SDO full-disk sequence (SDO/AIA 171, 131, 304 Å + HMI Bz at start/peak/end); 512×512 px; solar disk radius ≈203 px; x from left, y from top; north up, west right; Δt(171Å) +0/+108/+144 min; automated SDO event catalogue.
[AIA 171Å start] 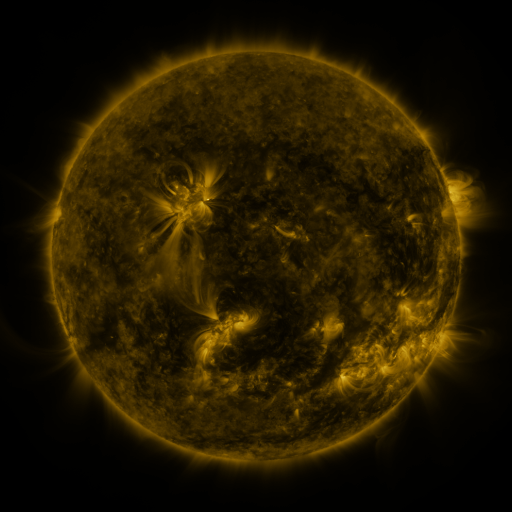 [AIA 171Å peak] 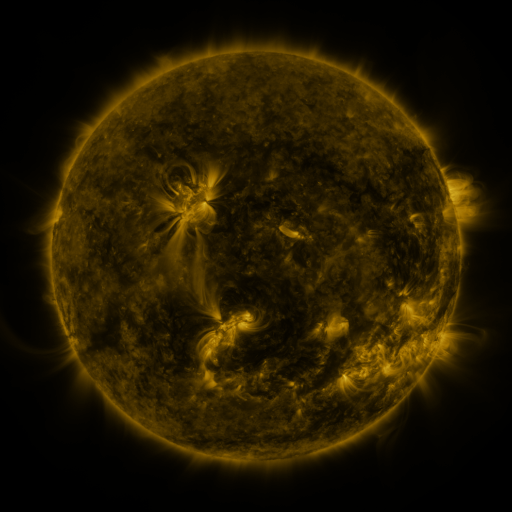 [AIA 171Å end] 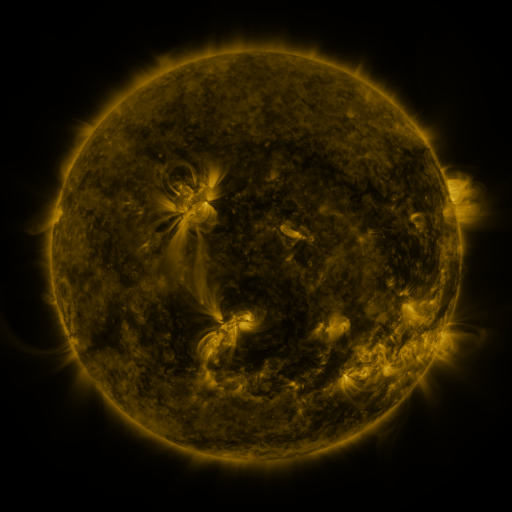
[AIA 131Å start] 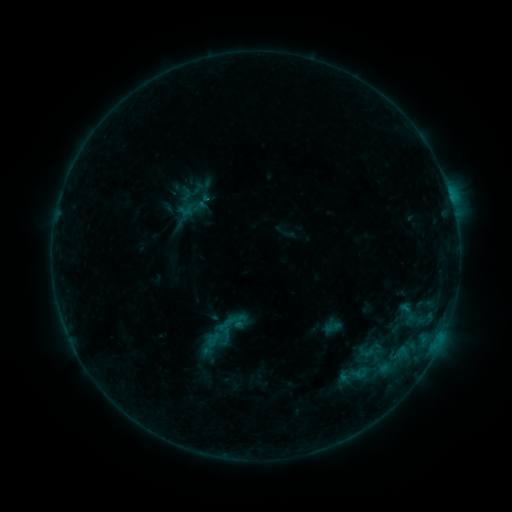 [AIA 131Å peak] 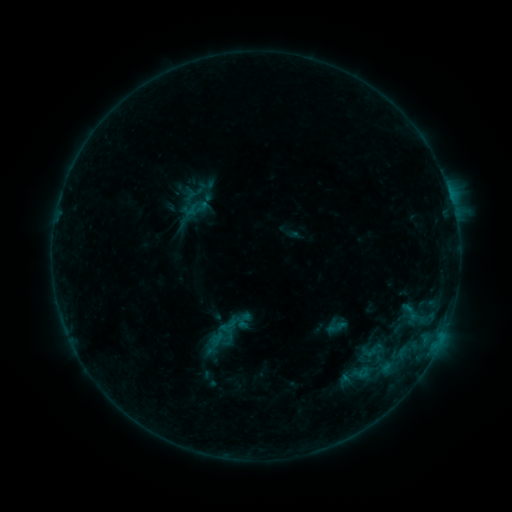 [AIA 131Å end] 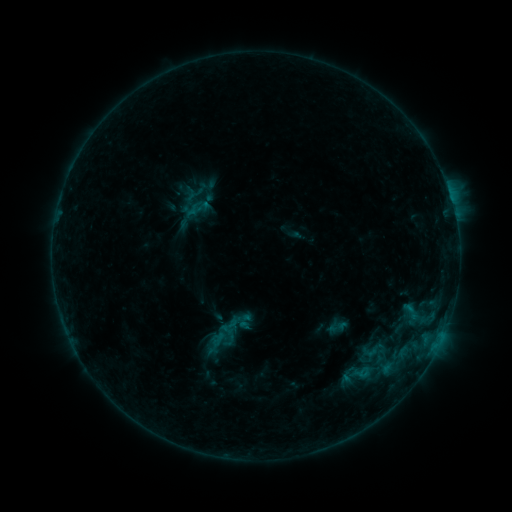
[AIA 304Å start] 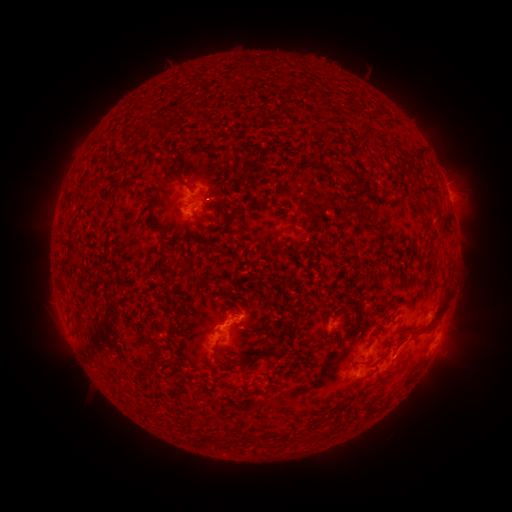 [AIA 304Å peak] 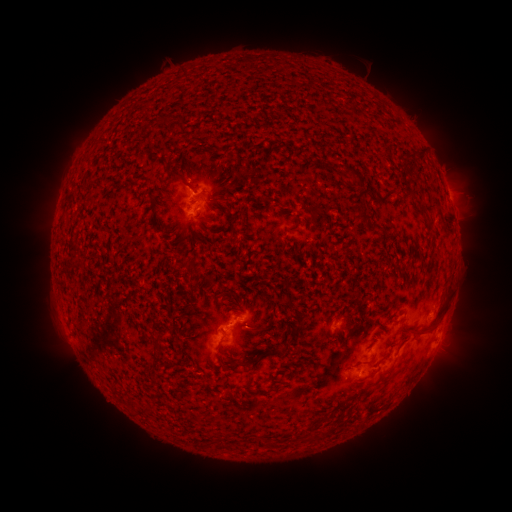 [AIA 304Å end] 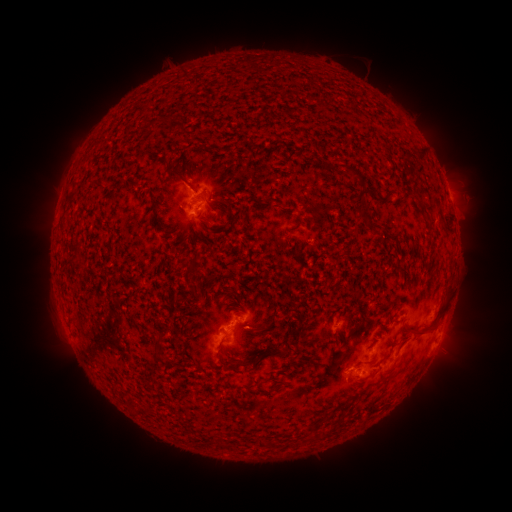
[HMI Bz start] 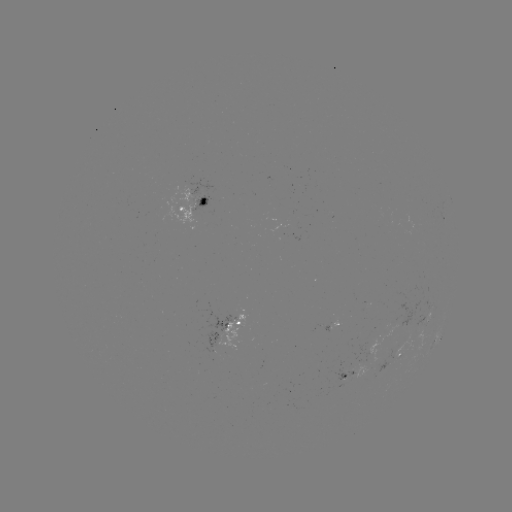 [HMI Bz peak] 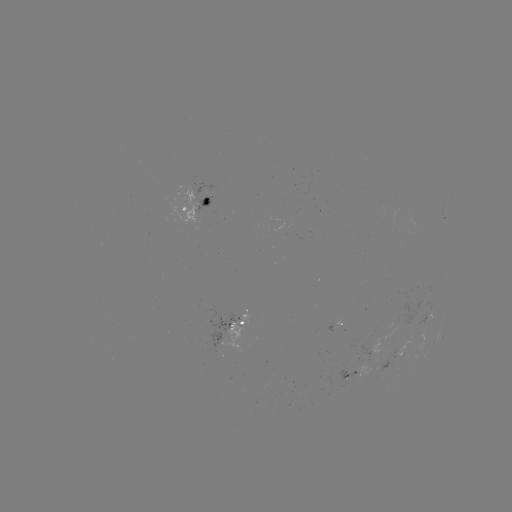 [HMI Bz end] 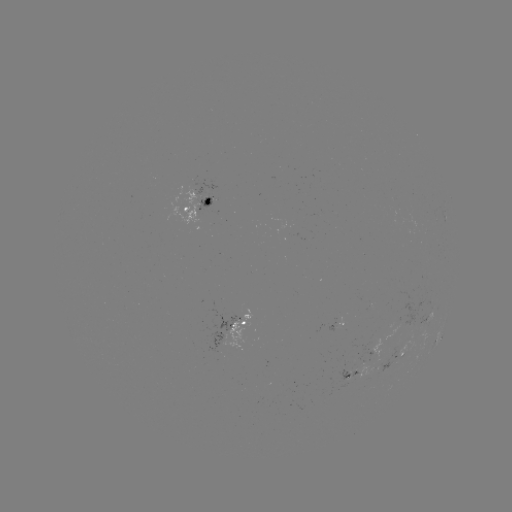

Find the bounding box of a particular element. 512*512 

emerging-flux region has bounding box [195, 195, 211, 212].